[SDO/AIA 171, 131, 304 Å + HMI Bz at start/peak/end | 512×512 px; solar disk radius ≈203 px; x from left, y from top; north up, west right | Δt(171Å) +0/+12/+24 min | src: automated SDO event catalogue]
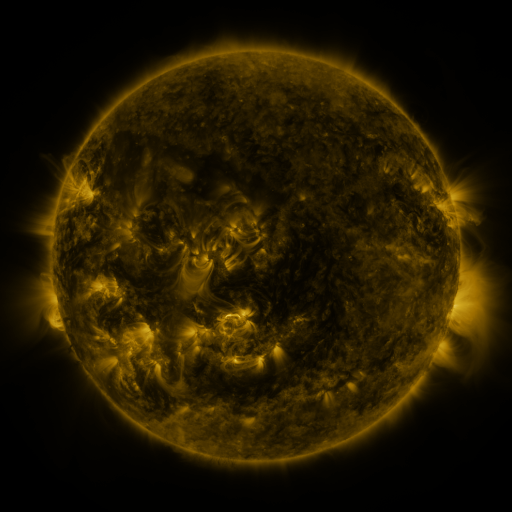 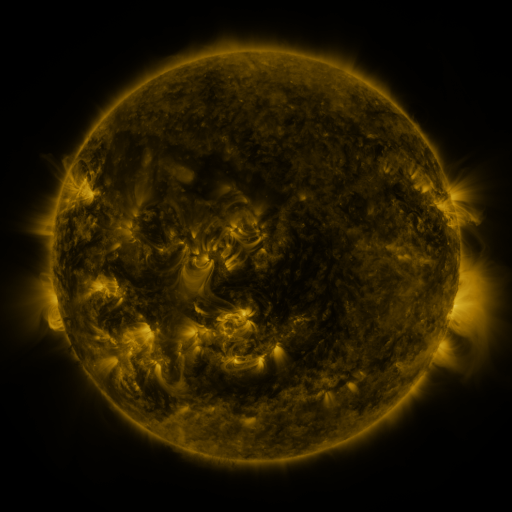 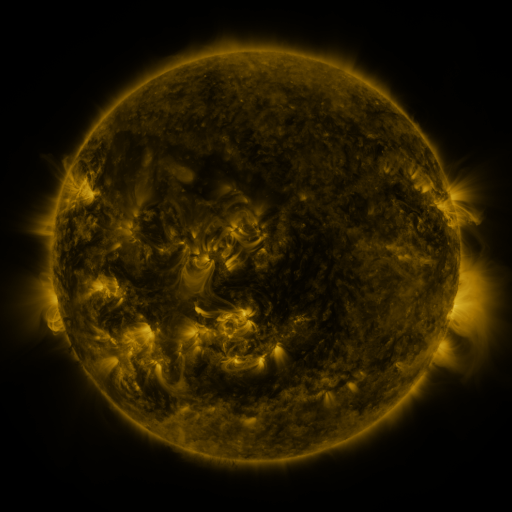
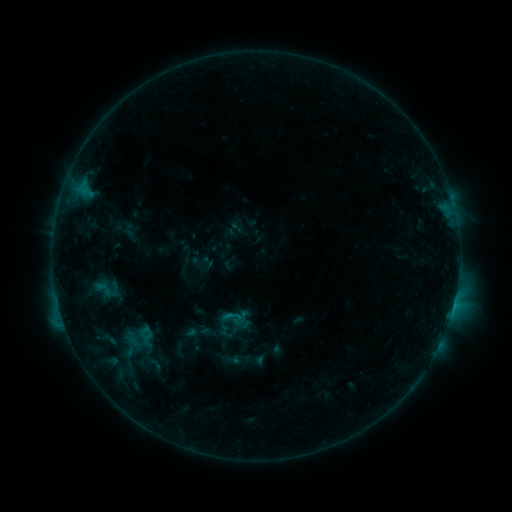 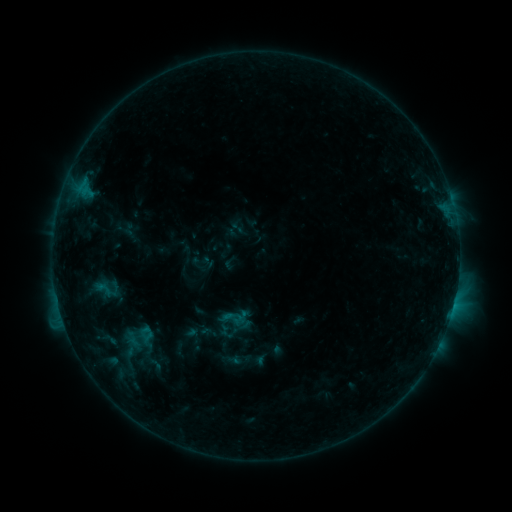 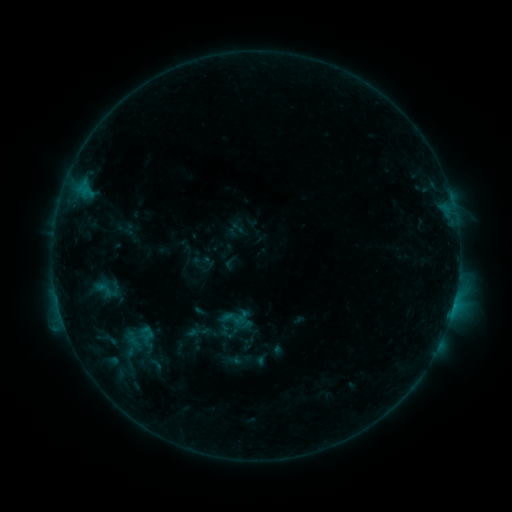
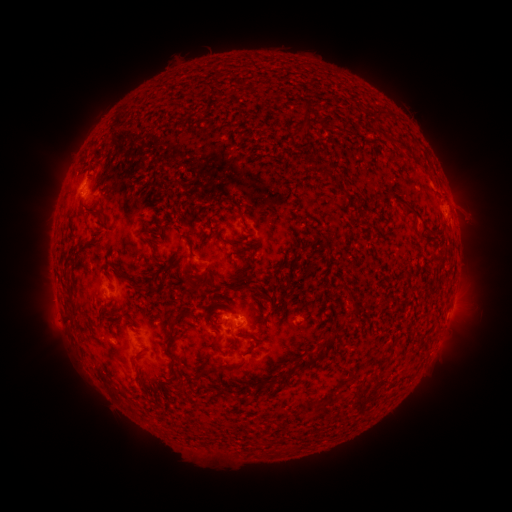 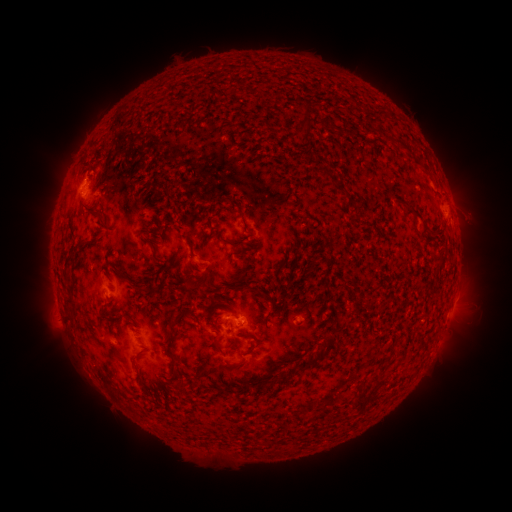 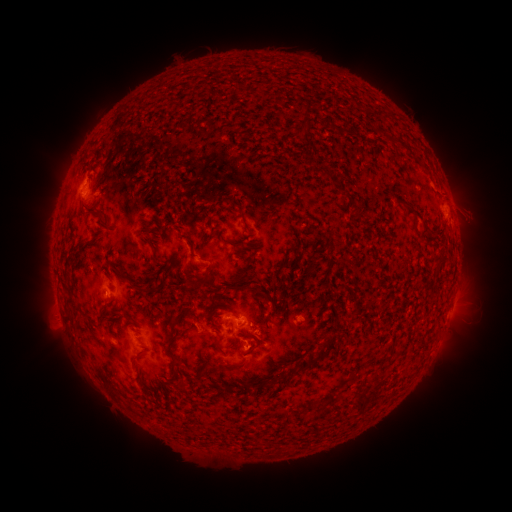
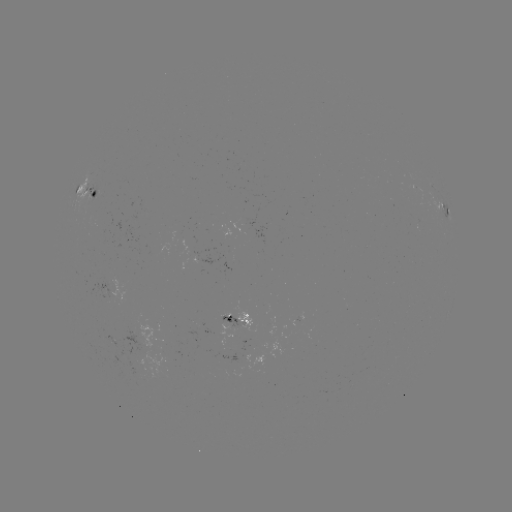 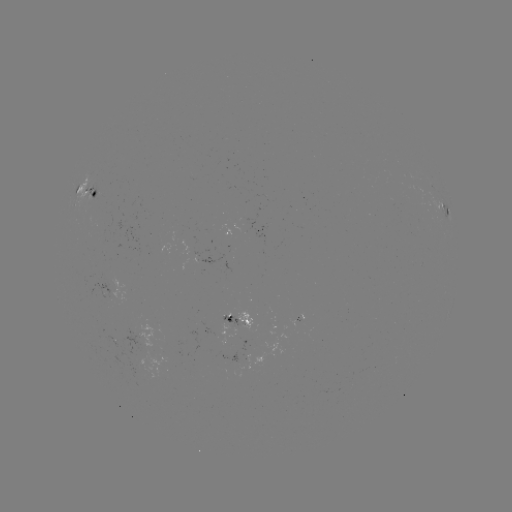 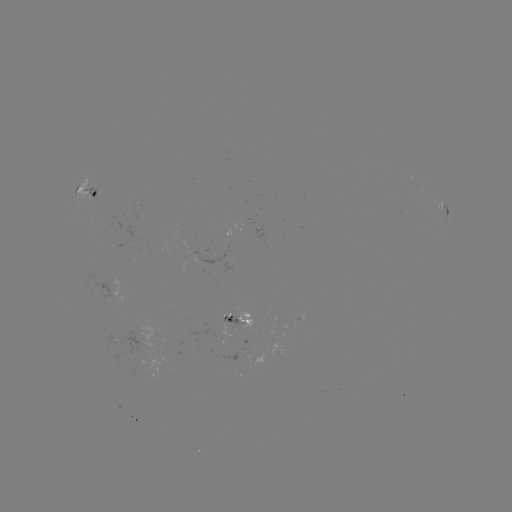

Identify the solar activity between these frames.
nothing was catalogued: no classed flare, no EUV trigger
